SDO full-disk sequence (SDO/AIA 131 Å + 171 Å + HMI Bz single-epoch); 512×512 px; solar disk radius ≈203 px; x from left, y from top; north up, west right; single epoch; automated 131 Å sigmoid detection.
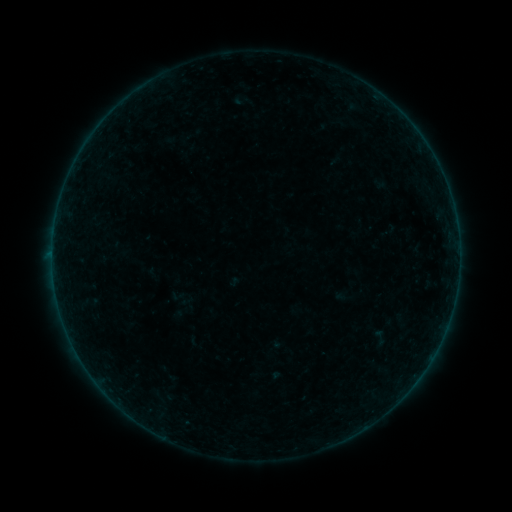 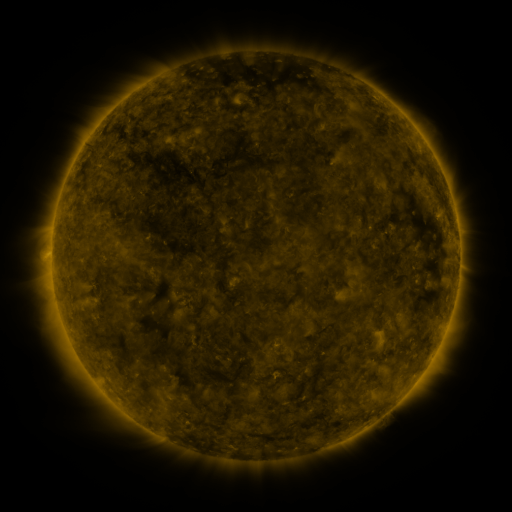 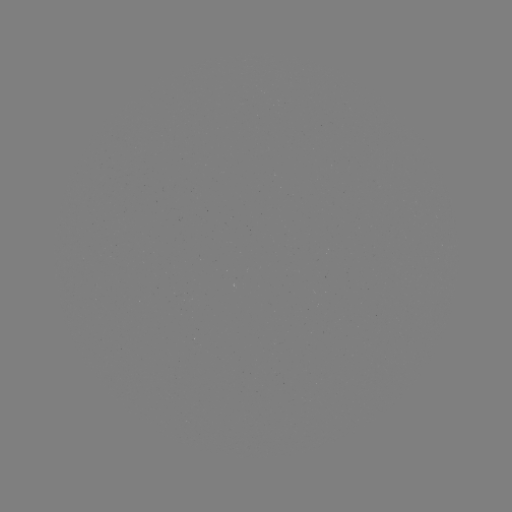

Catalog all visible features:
sigmoid: [370, 328, 389, 347]
